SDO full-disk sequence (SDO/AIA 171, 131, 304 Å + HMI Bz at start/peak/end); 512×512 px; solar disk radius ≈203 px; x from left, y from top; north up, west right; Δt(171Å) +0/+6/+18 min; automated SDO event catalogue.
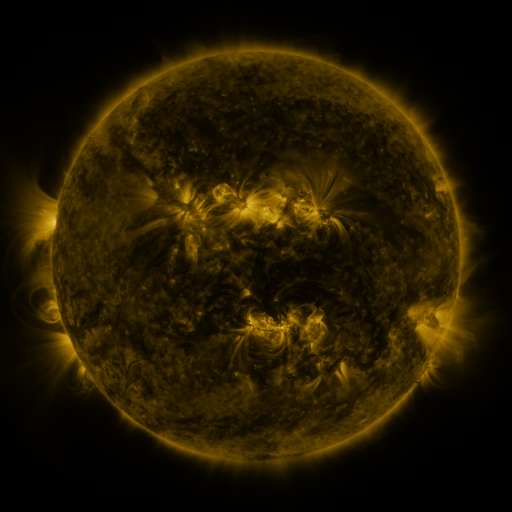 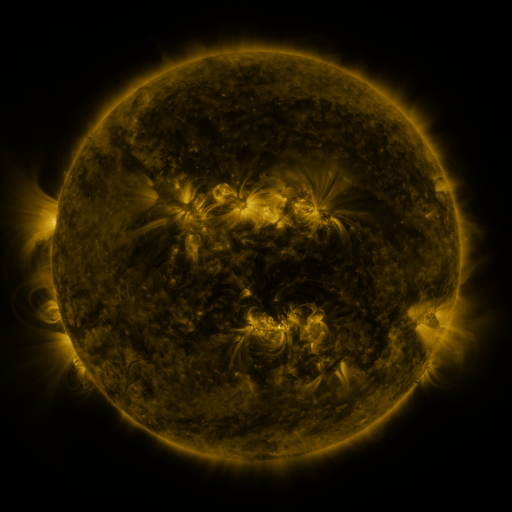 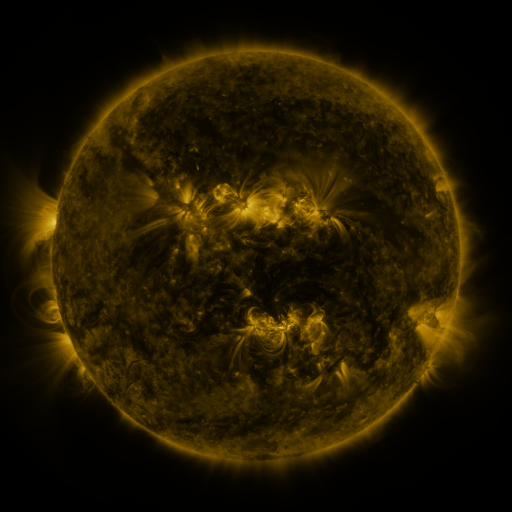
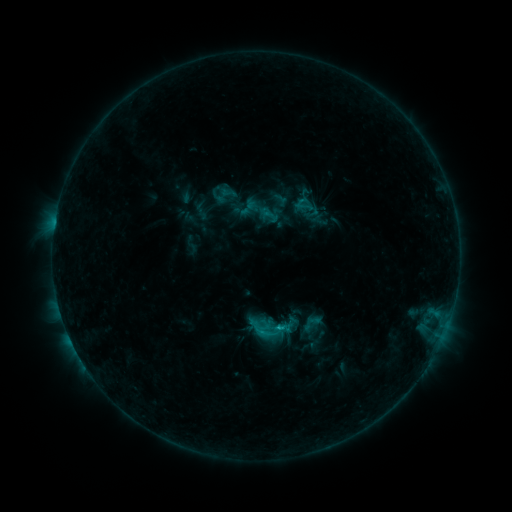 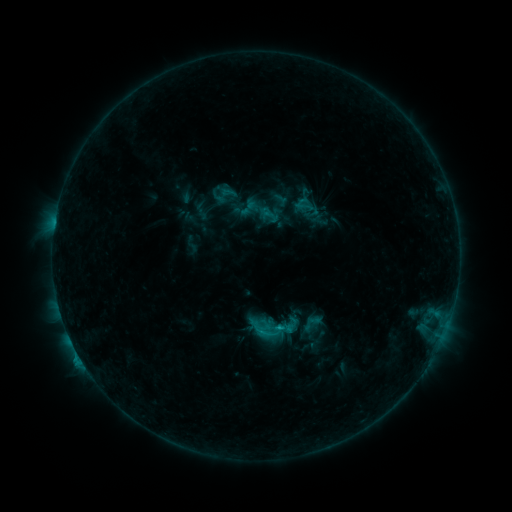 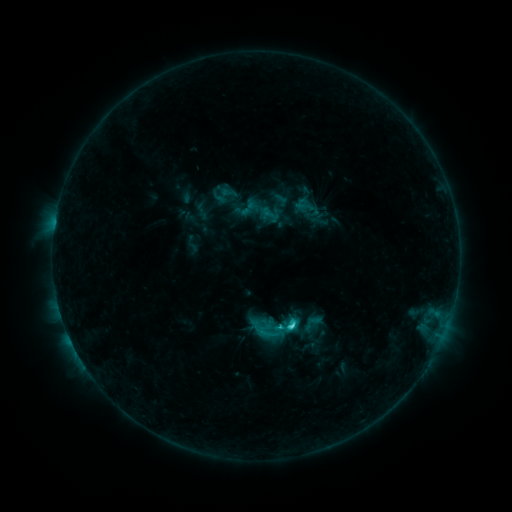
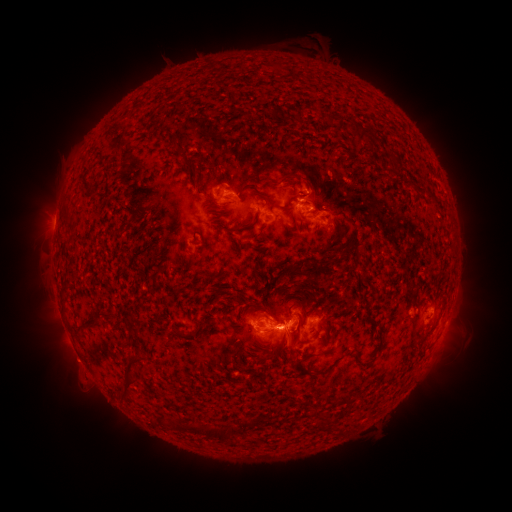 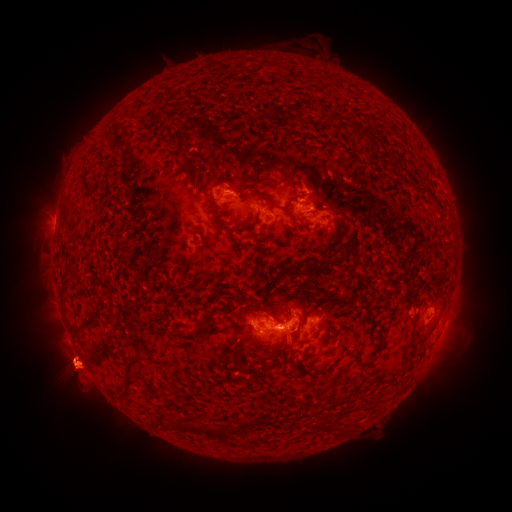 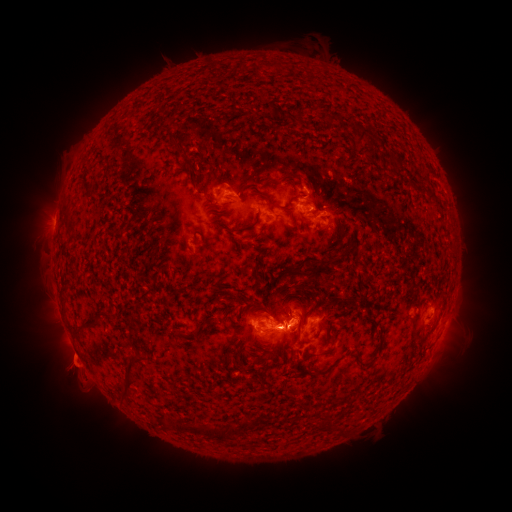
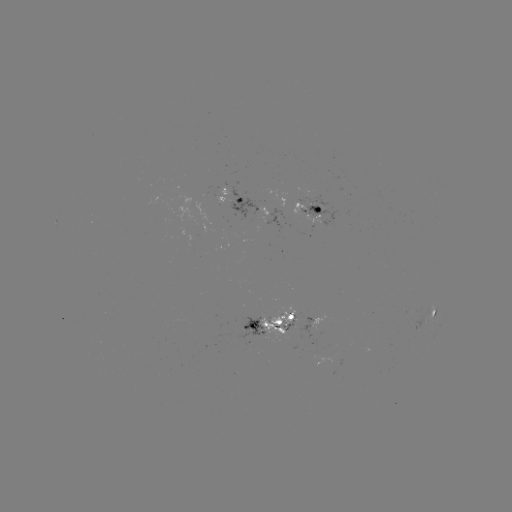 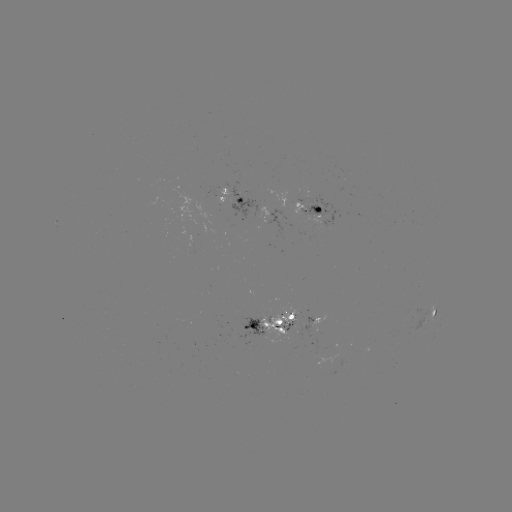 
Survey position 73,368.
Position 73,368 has eruption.